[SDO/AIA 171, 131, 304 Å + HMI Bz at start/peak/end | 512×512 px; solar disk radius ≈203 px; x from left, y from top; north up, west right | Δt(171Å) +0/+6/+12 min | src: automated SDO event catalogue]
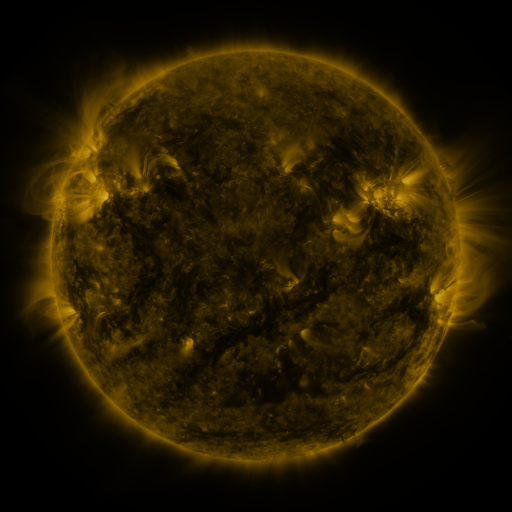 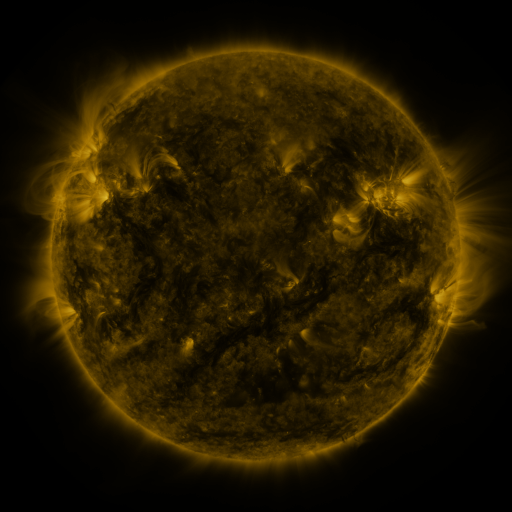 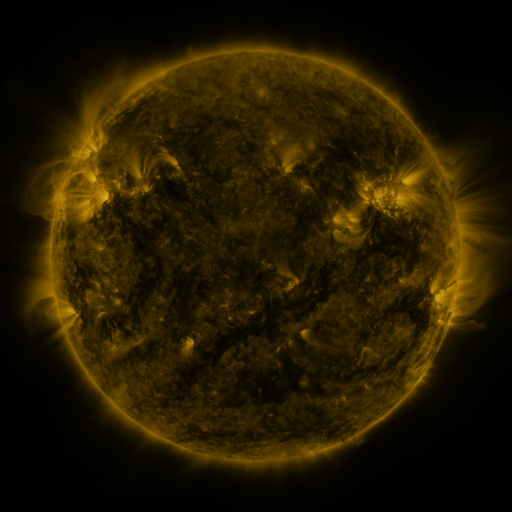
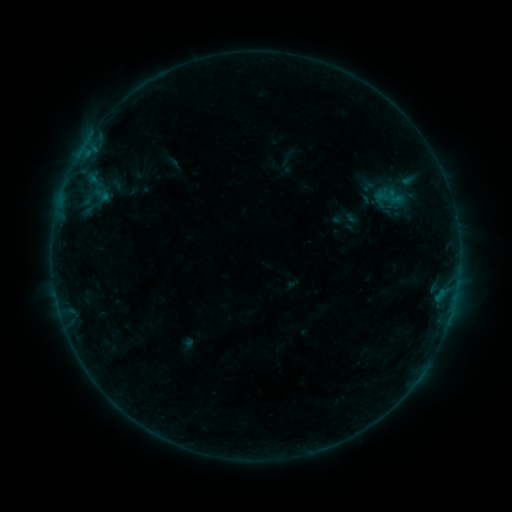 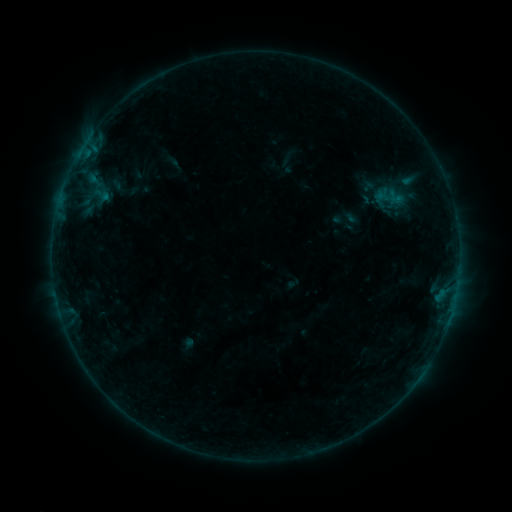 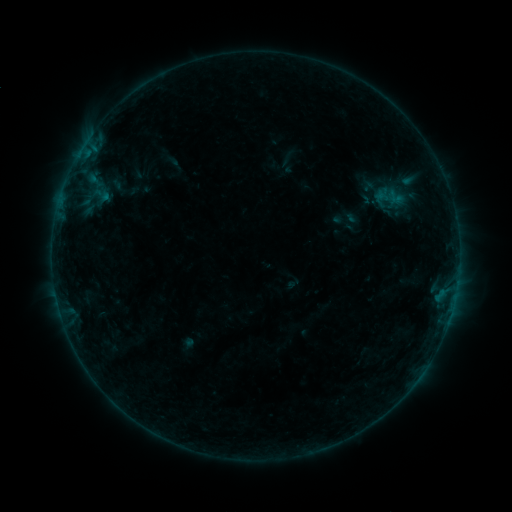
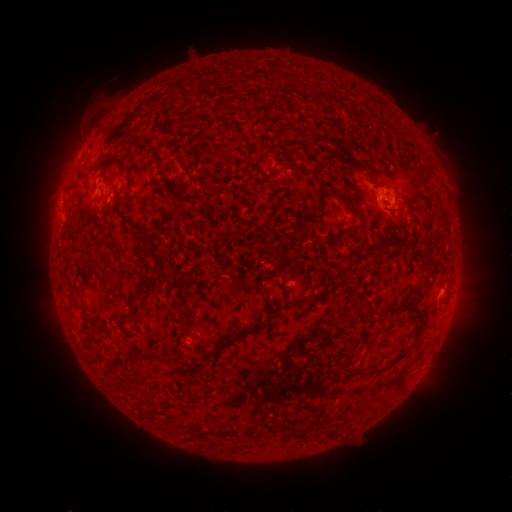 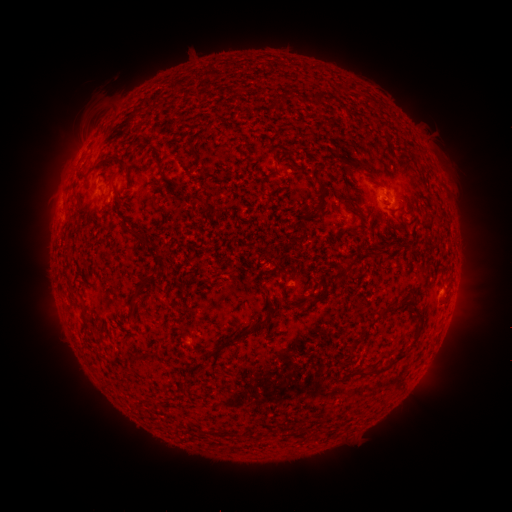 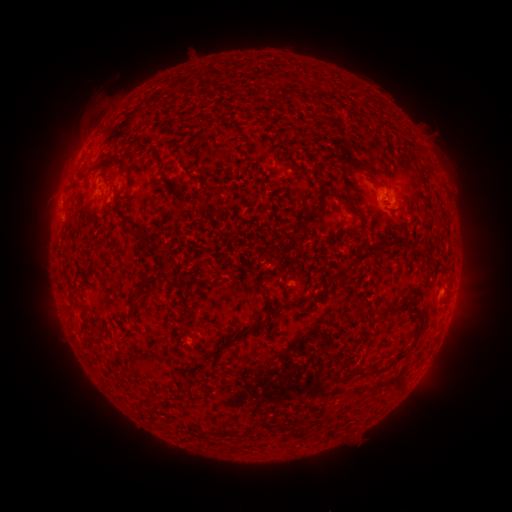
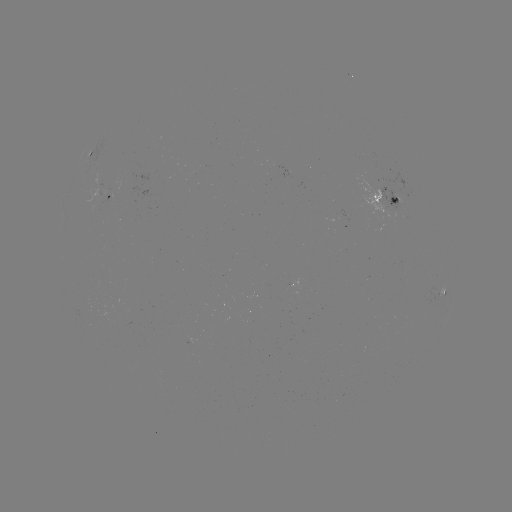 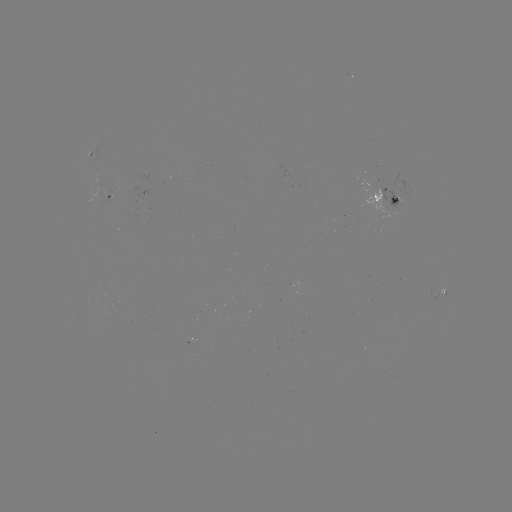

no classed flare was catalogued and no EUV brightening was flagged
